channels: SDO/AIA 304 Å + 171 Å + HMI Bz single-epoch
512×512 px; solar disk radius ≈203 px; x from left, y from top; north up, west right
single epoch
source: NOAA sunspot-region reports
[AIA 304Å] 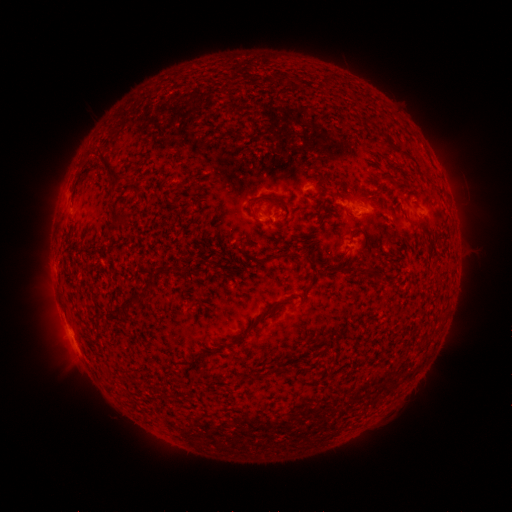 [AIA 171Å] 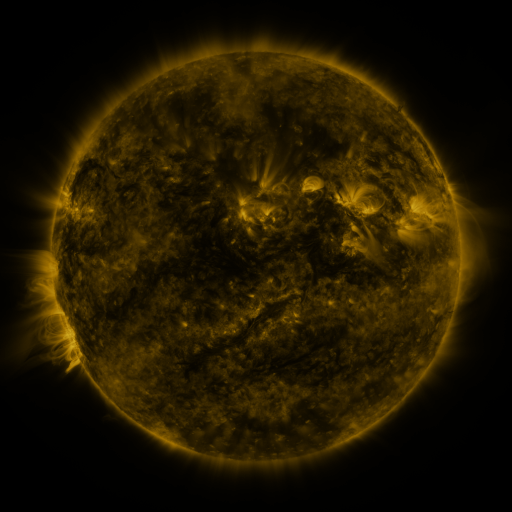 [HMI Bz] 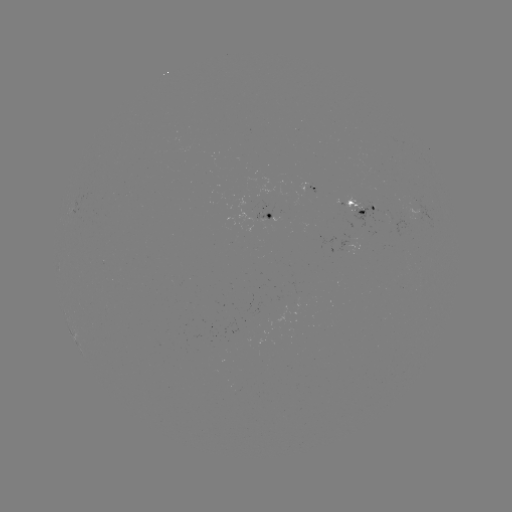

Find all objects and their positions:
spotted active region: (314, 190)
spotted active region: (363, 206)
spotted active region: (270, 217)
